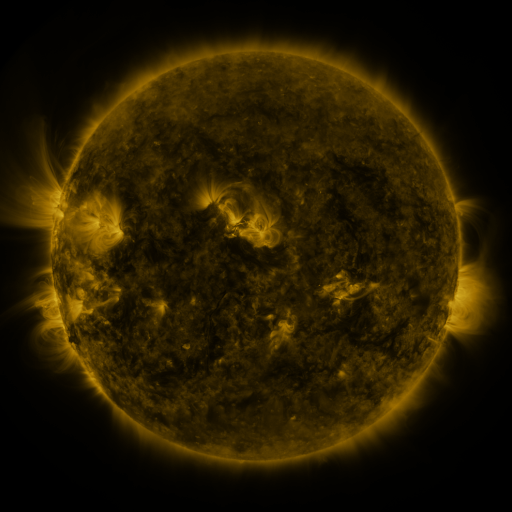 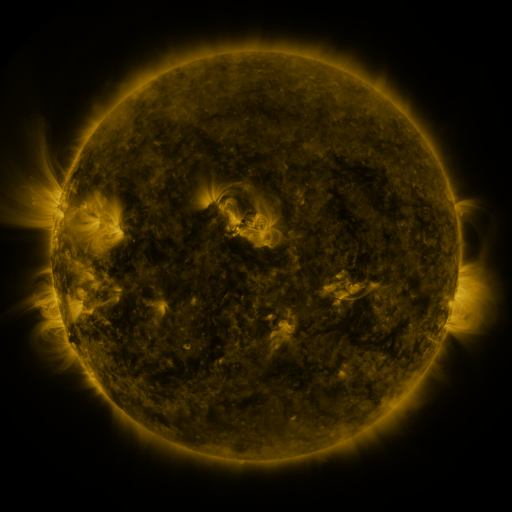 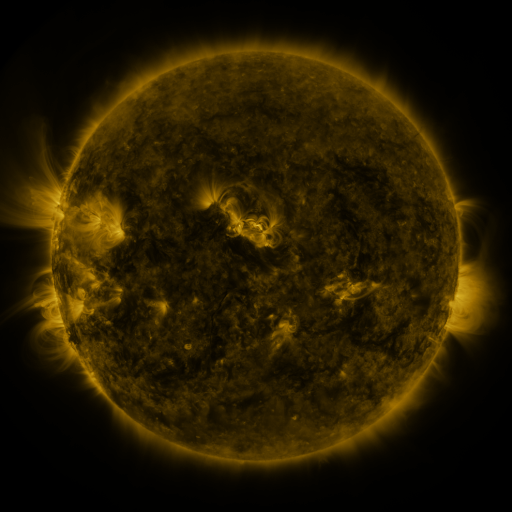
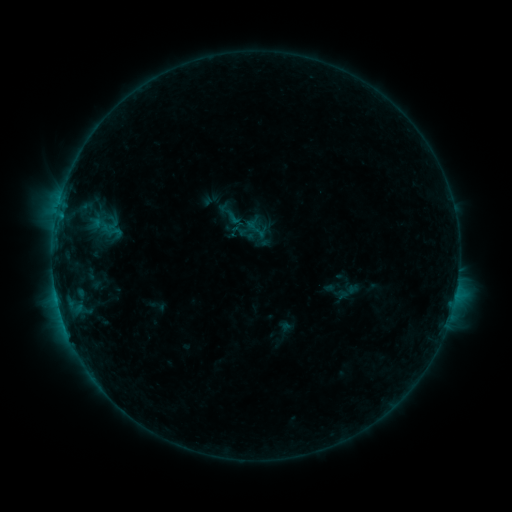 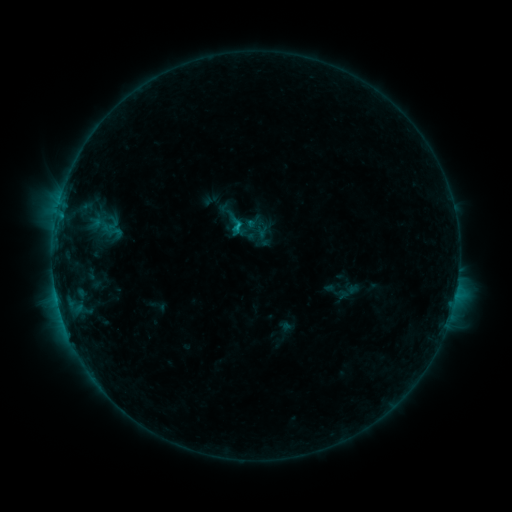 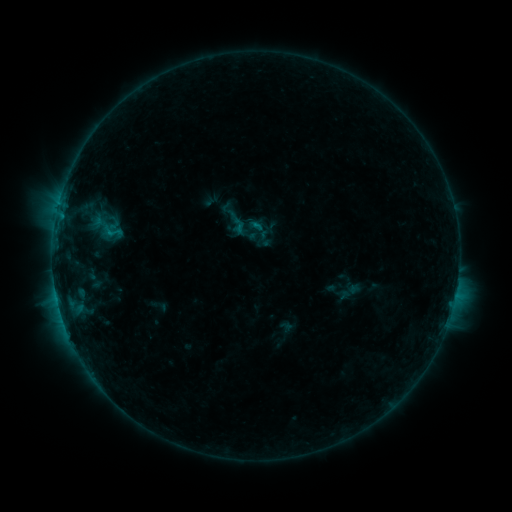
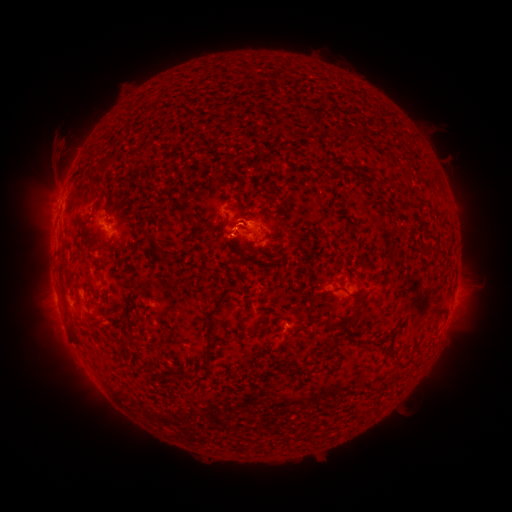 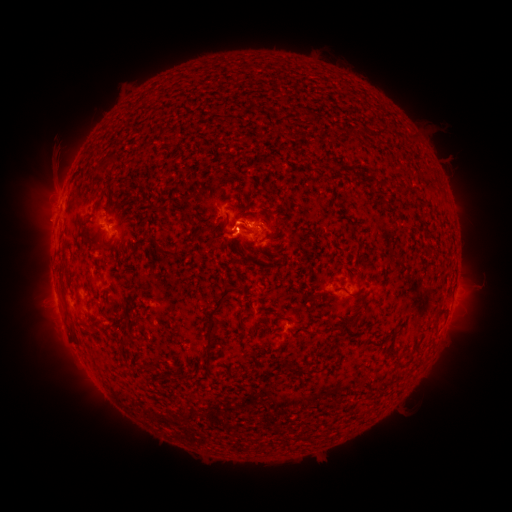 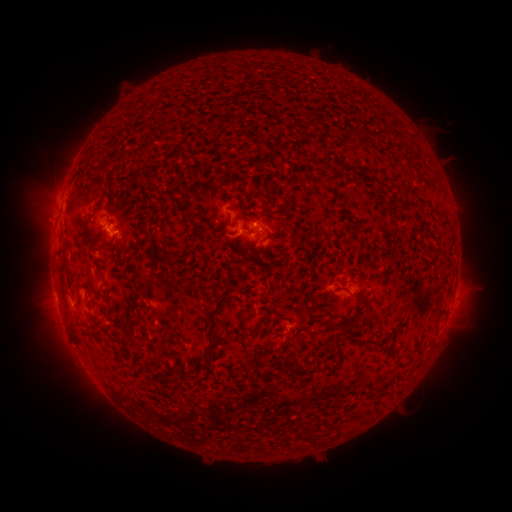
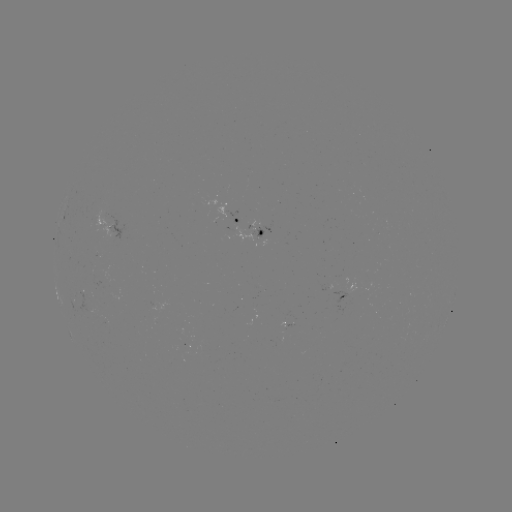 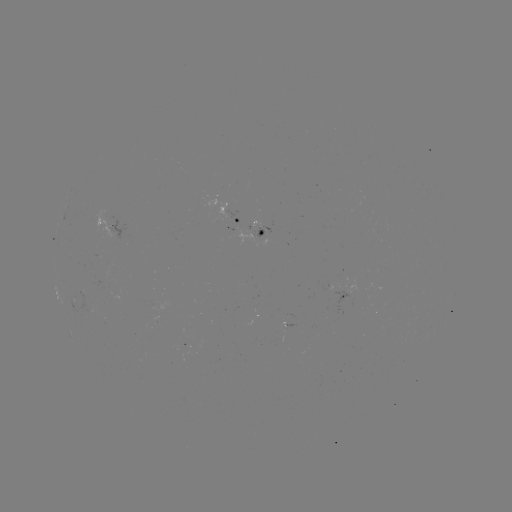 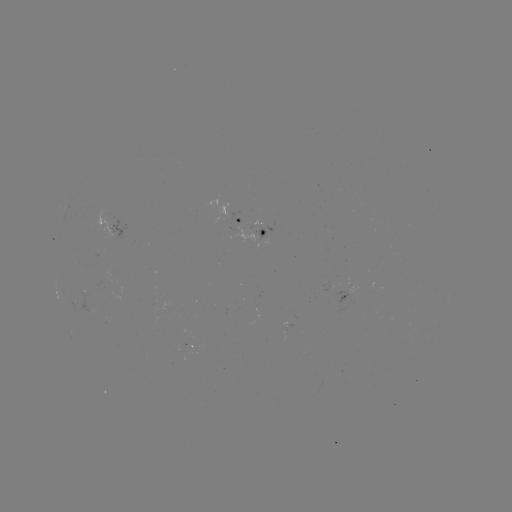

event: flare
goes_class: C1.1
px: (238, 229)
